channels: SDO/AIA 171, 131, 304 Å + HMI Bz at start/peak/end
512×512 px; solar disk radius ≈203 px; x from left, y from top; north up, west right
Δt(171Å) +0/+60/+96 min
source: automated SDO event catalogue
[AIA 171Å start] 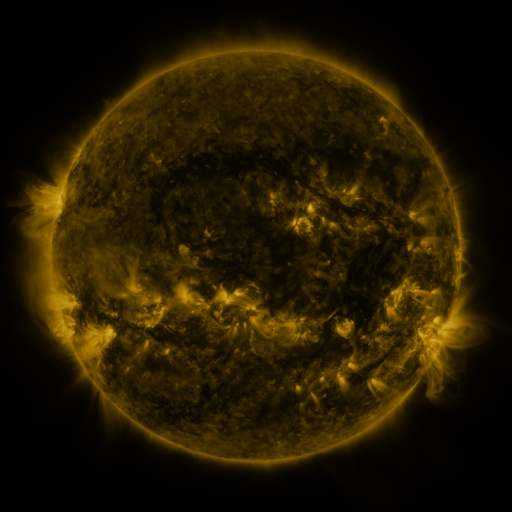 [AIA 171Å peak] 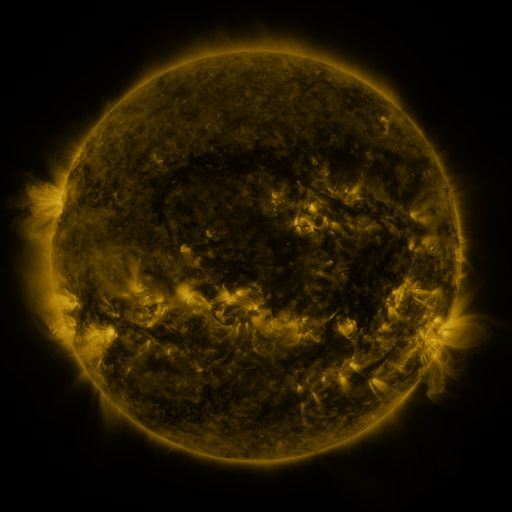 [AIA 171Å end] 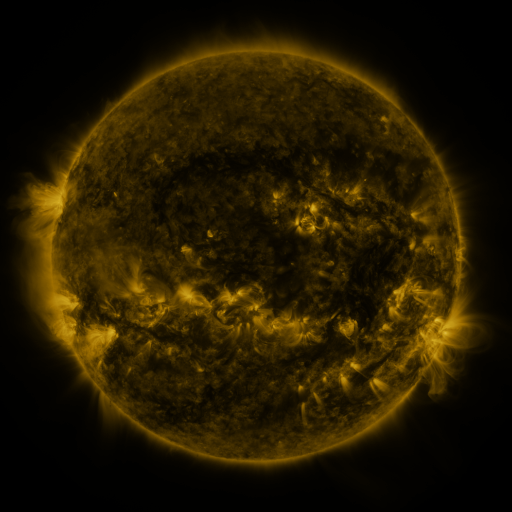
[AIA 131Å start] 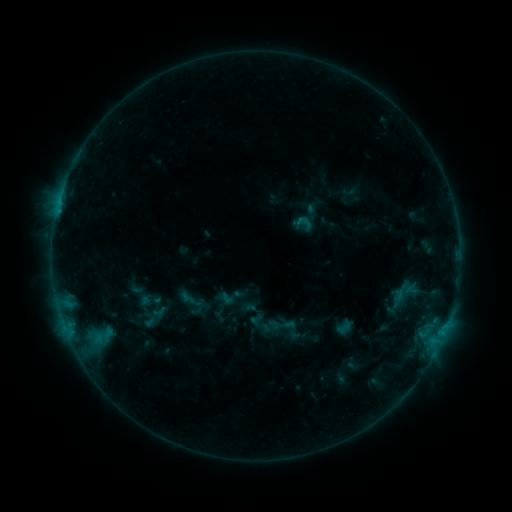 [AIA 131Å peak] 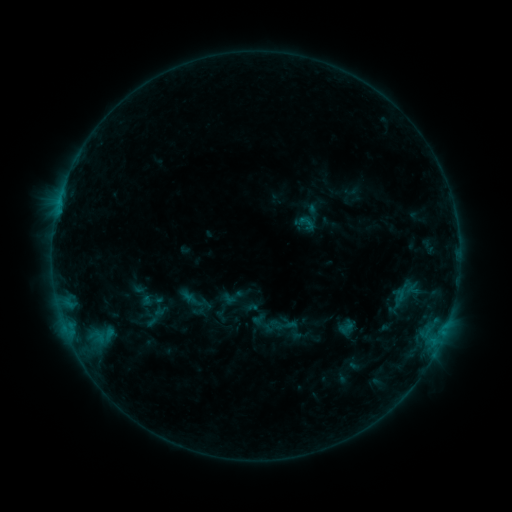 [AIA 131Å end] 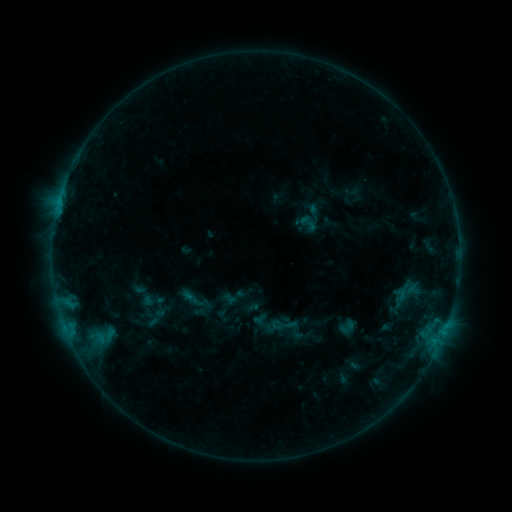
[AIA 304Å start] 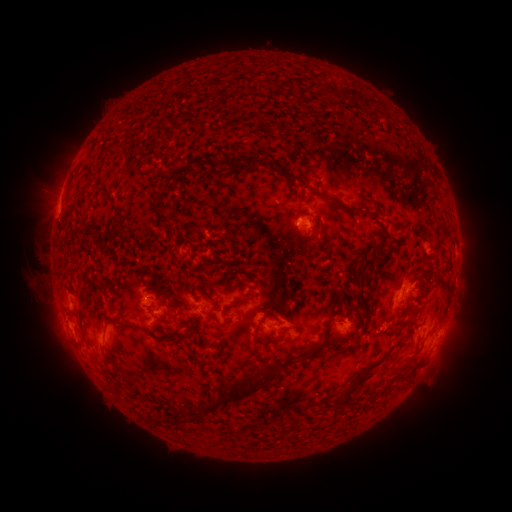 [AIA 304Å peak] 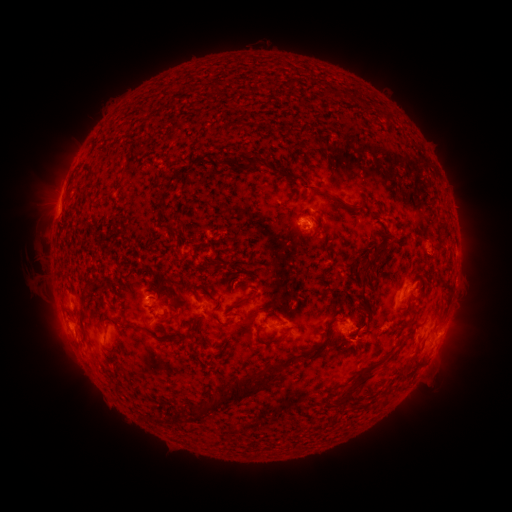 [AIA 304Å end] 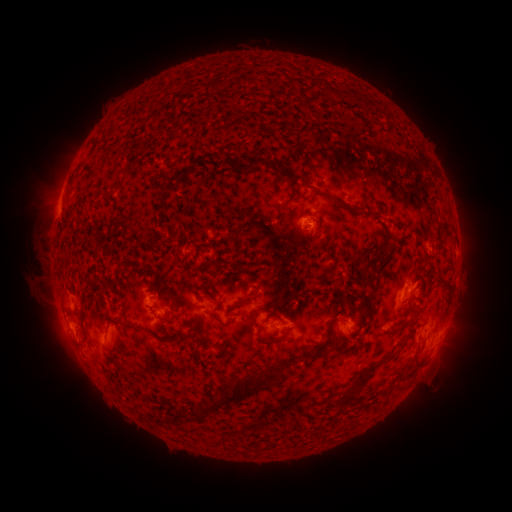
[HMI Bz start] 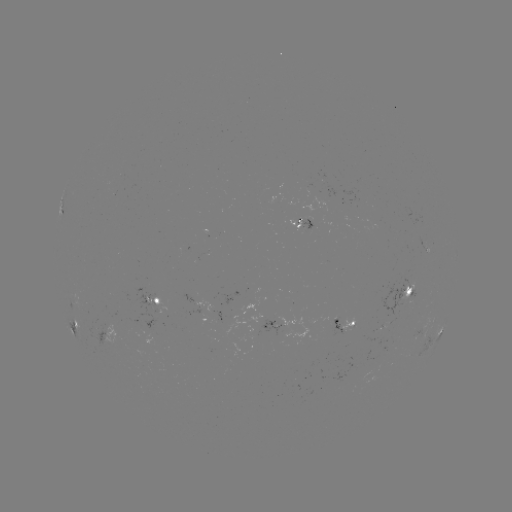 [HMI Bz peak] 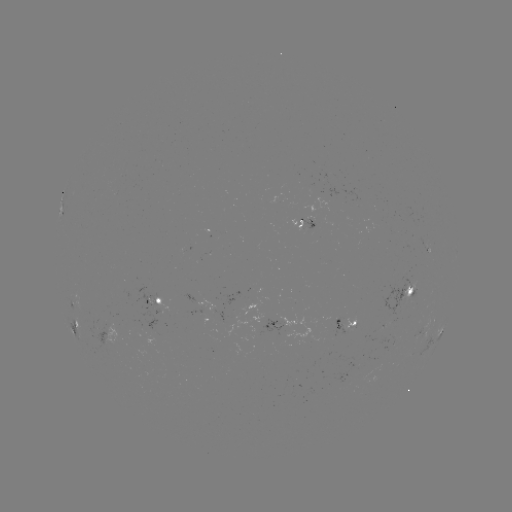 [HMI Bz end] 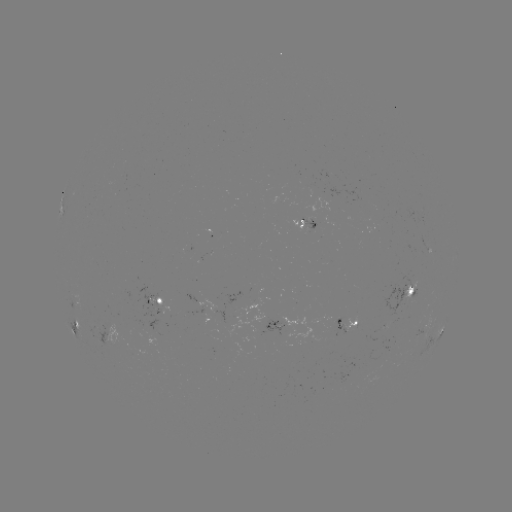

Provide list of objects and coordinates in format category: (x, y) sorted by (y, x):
emerging-flux region: (144, 321)
